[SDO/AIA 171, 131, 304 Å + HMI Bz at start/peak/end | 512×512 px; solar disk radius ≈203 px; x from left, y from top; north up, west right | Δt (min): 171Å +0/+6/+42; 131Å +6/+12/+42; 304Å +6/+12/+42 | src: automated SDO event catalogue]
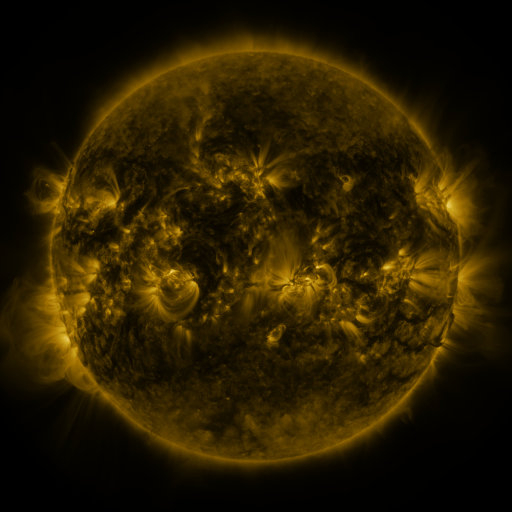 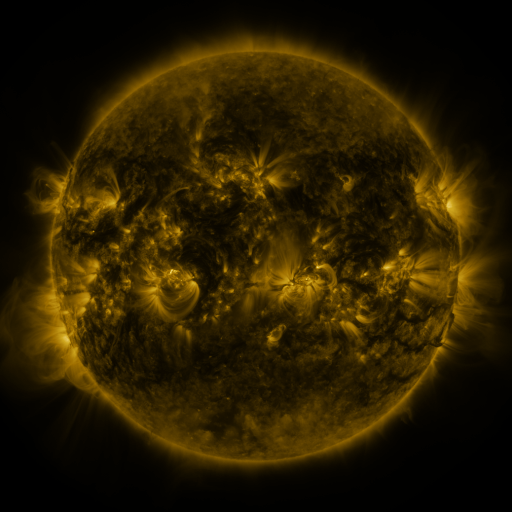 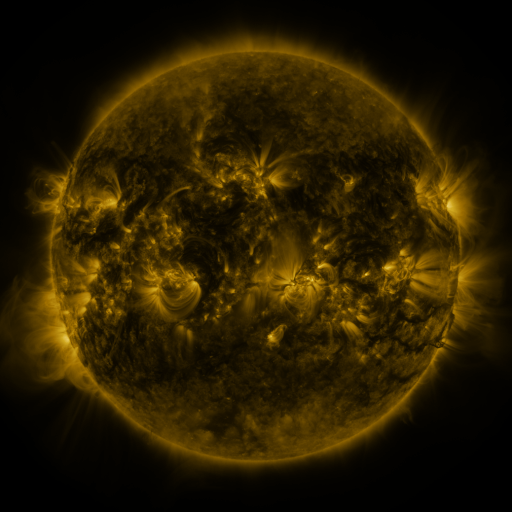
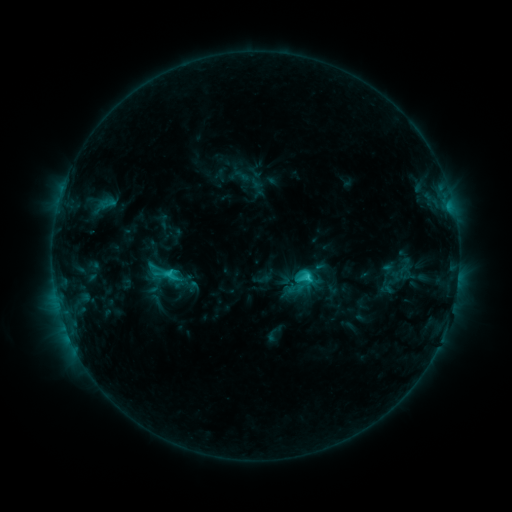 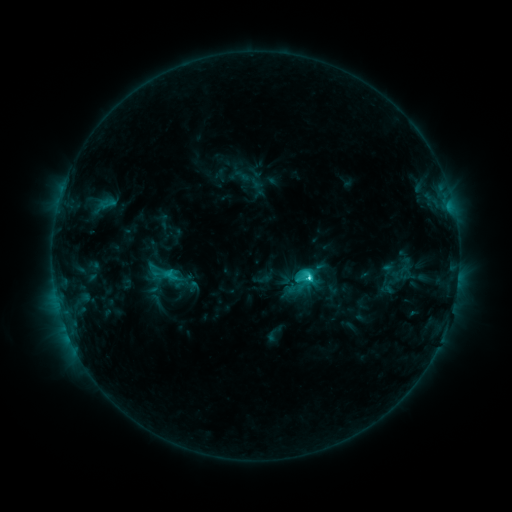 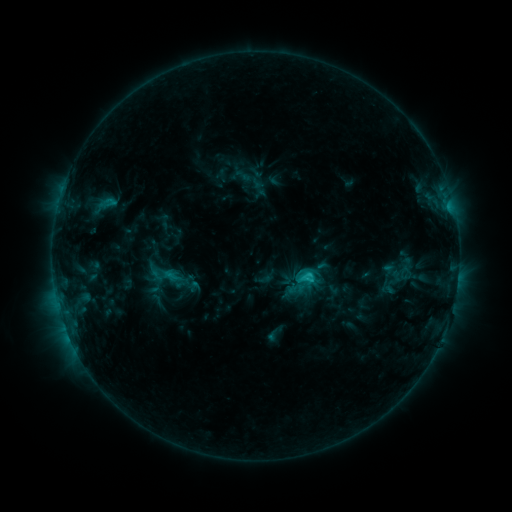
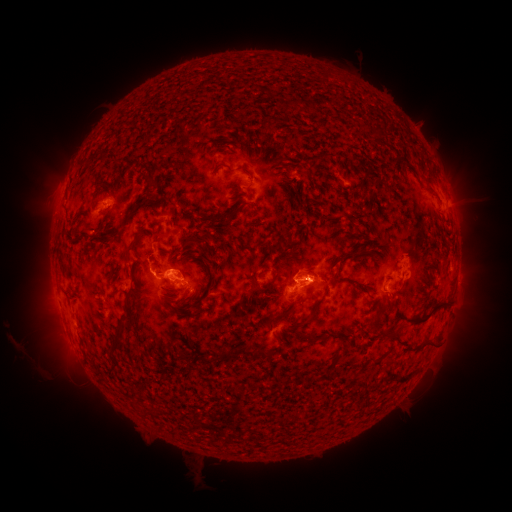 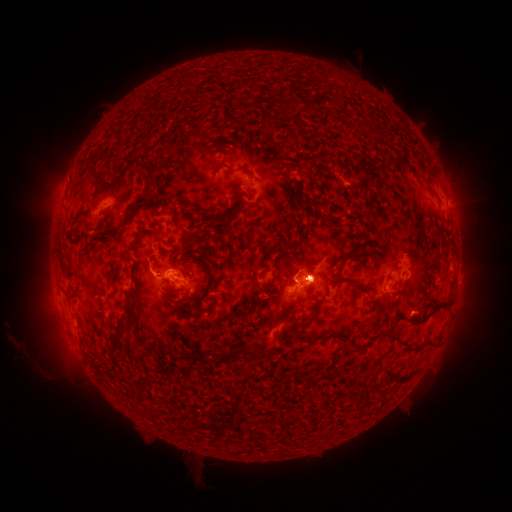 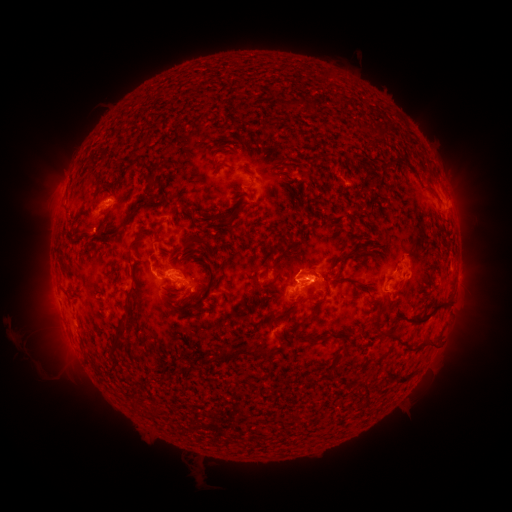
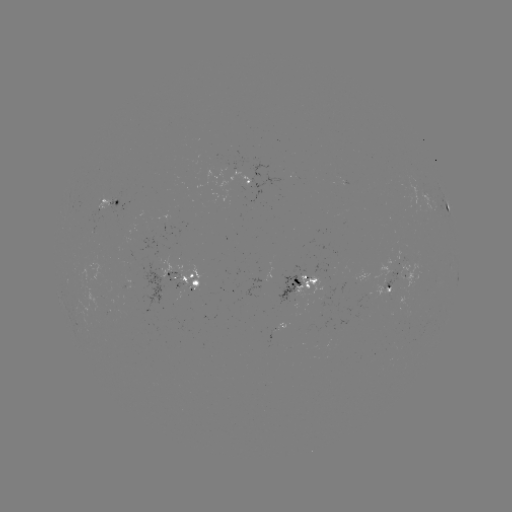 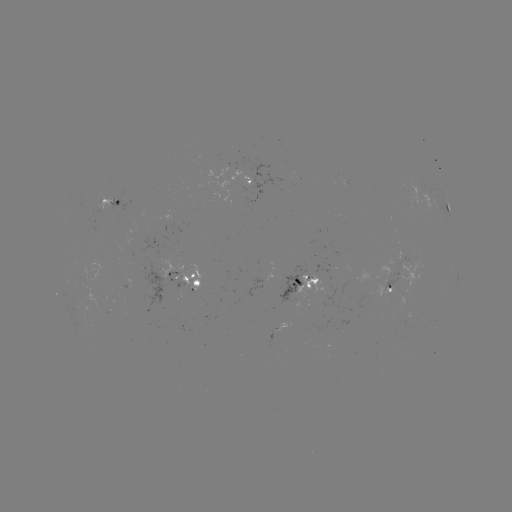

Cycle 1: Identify C4.1 flare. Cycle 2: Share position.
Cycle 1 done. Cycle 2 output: (307, 278).